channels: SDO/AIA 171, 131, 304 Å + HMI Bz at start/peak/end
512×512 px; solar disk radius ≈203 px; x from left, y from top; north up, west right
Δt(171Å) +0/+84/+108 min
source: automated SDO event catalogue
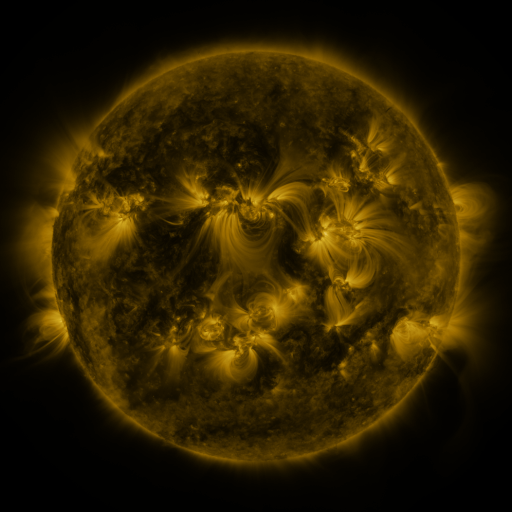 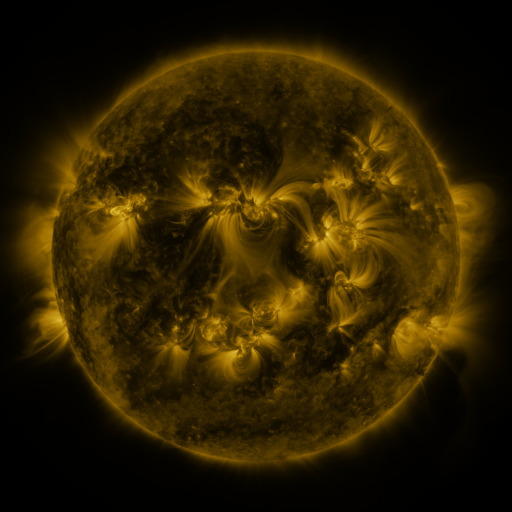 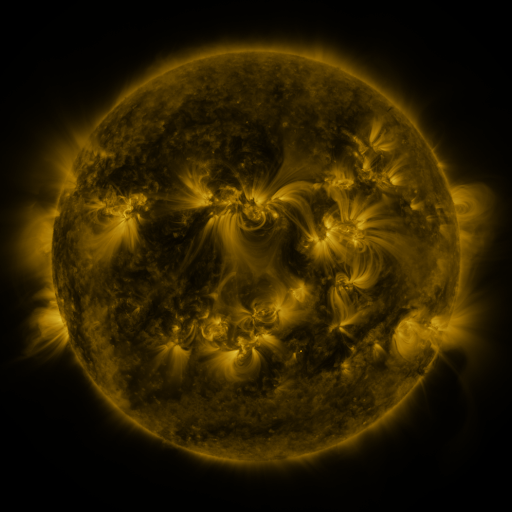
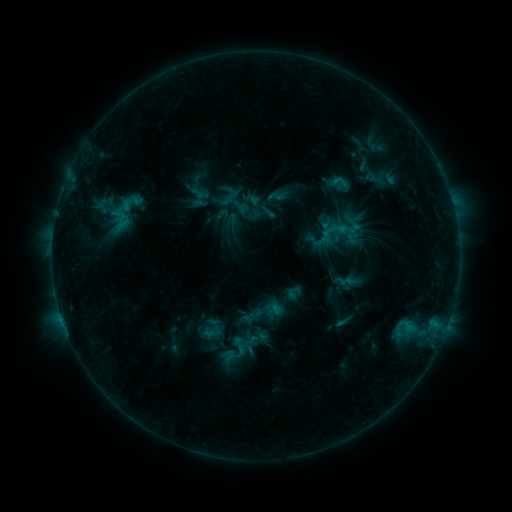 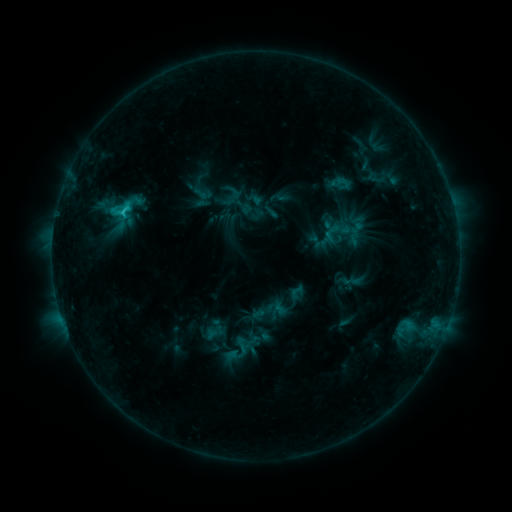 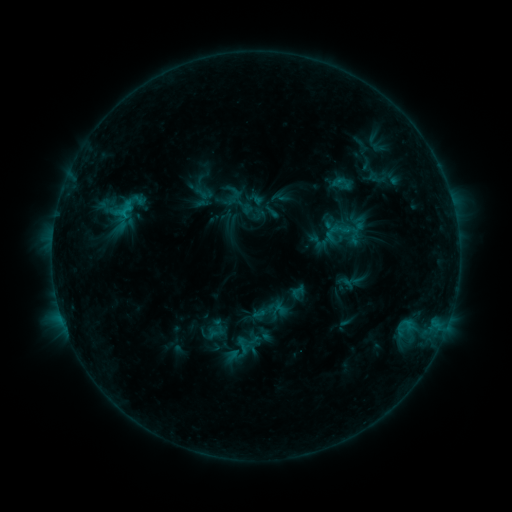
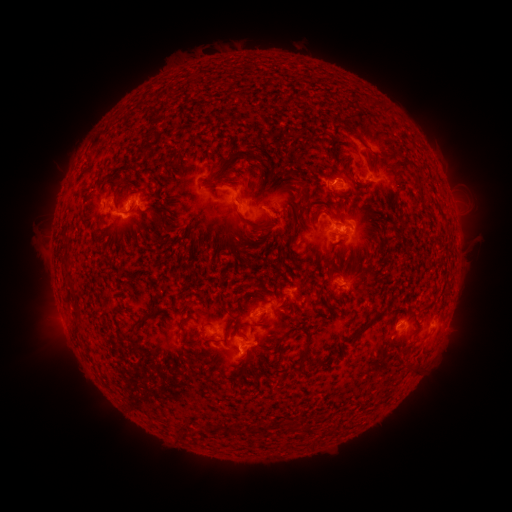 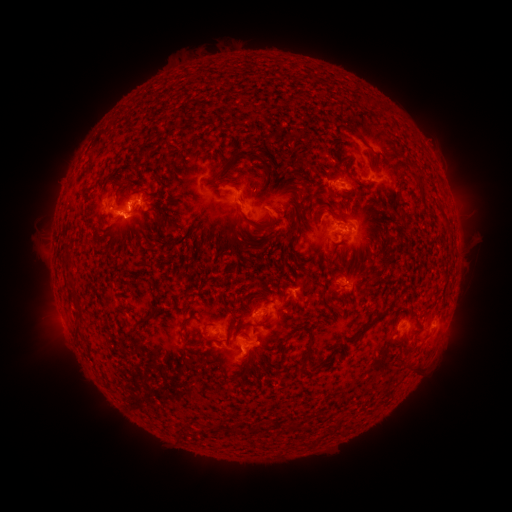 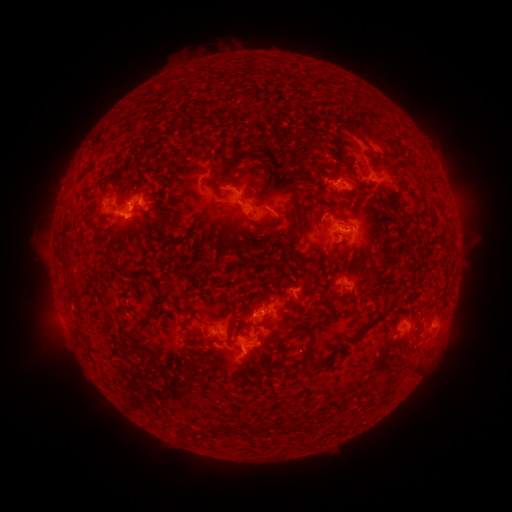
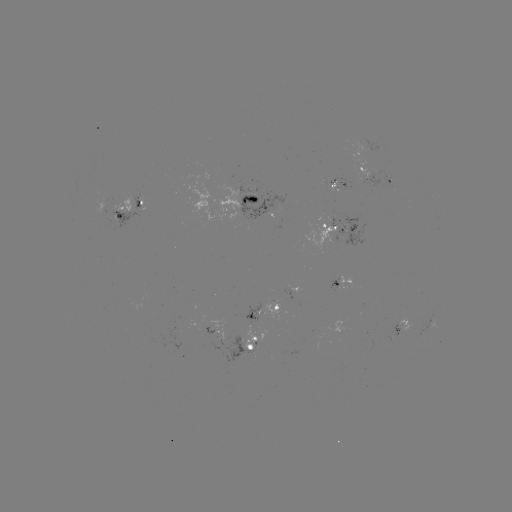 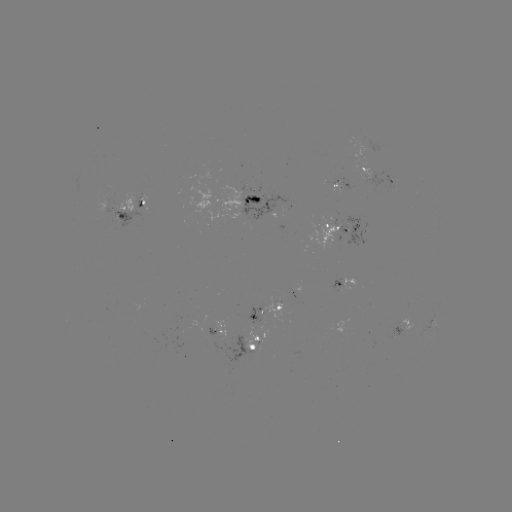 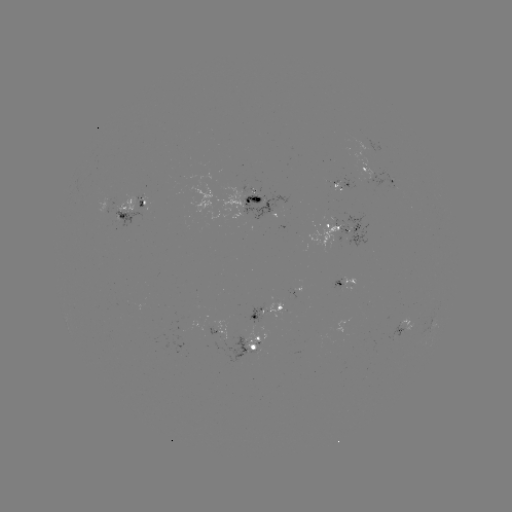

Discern emerging-flux region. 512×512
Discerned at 218,343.